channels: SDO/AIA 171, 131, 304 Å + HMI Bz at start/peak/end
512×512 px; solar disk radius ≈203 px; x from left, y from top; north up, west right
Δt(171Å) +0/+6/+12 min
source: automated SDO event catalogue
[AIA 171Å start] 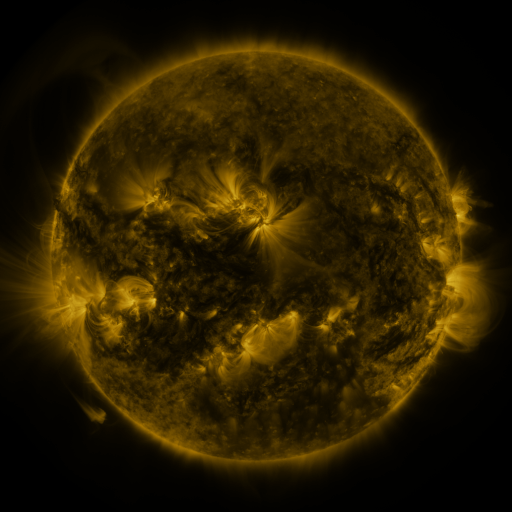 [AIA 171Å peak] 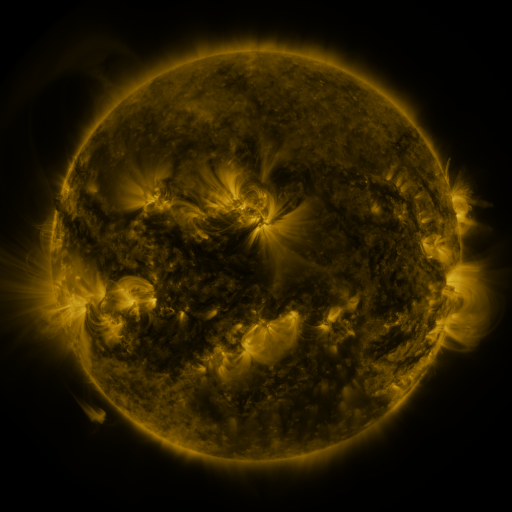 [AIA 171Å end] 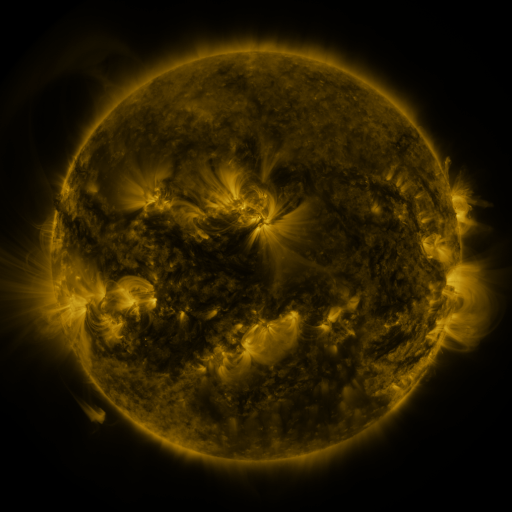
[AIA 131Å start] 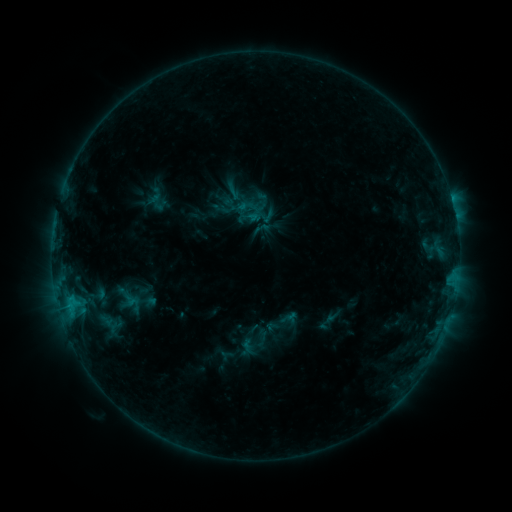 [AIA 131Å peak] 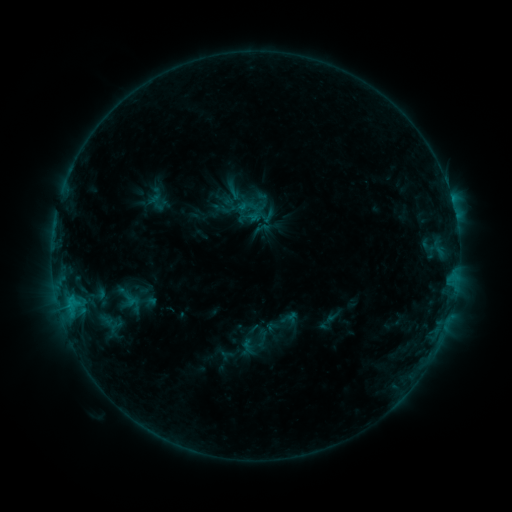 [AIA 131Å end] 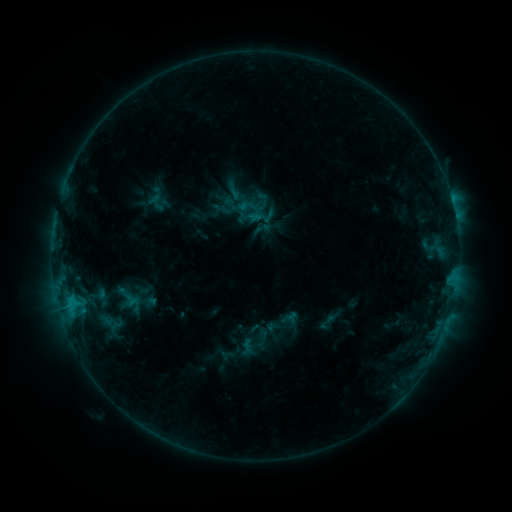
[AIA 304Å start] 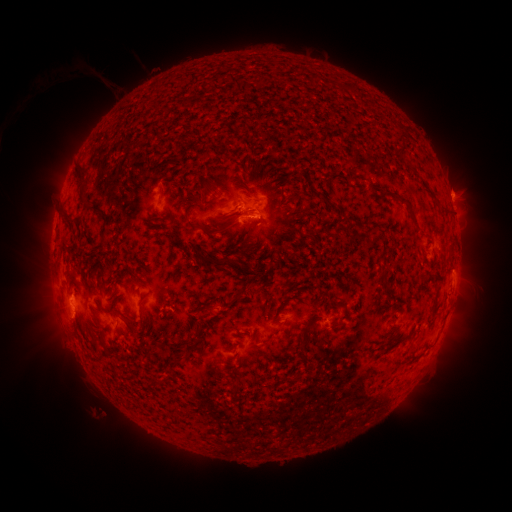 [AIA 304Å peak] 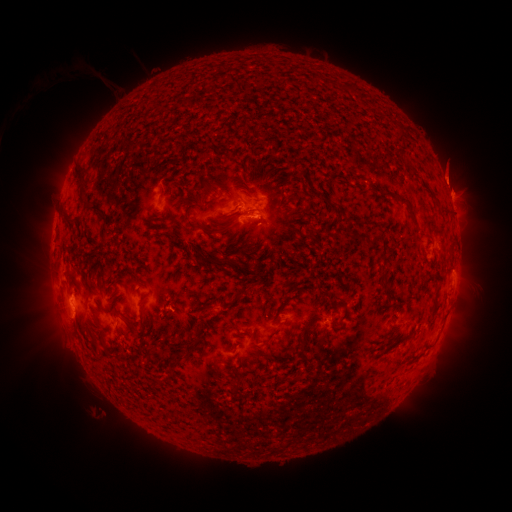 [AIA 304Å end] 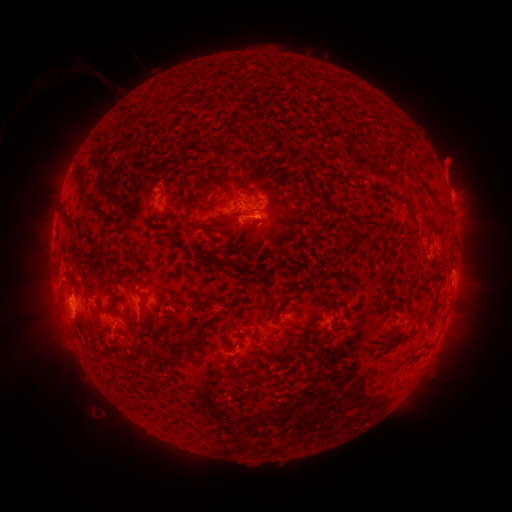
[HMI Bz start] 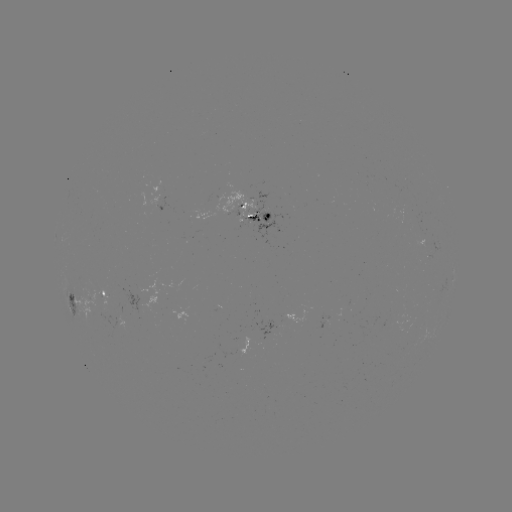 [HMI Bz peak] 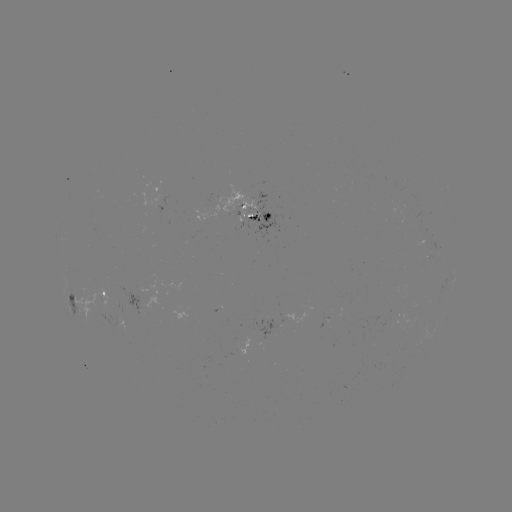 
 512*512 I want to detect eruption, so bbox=[426, 142, 474, 198].